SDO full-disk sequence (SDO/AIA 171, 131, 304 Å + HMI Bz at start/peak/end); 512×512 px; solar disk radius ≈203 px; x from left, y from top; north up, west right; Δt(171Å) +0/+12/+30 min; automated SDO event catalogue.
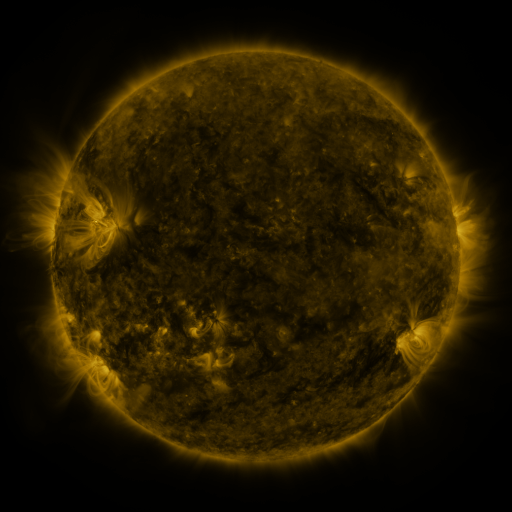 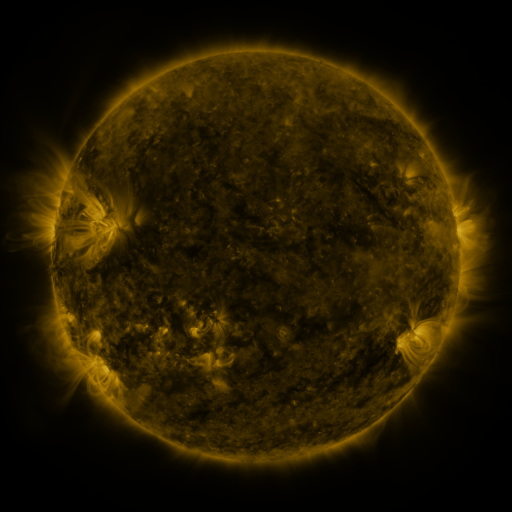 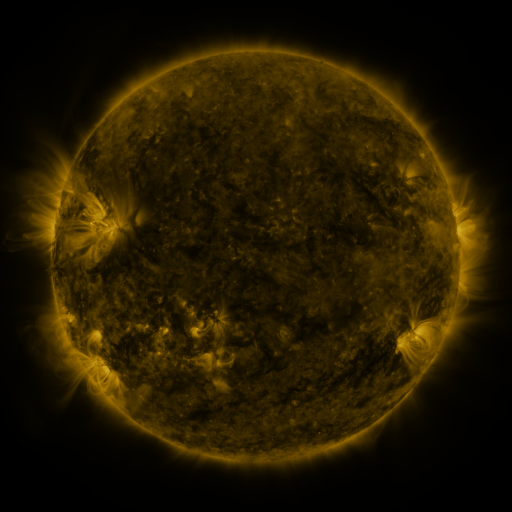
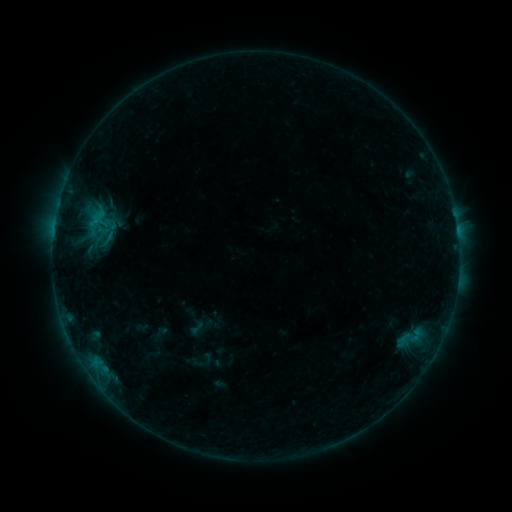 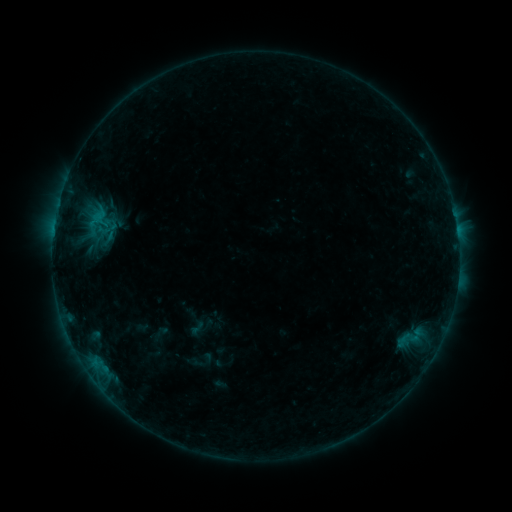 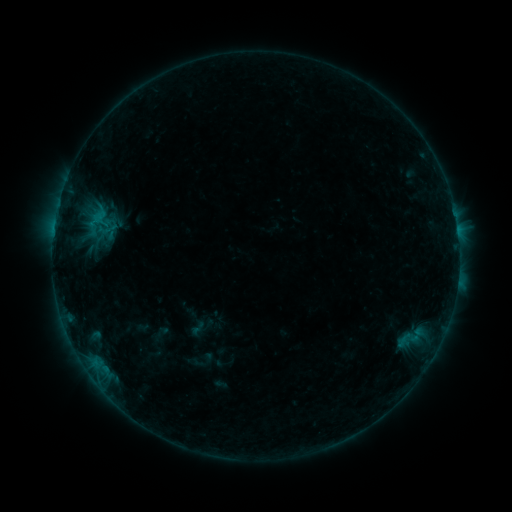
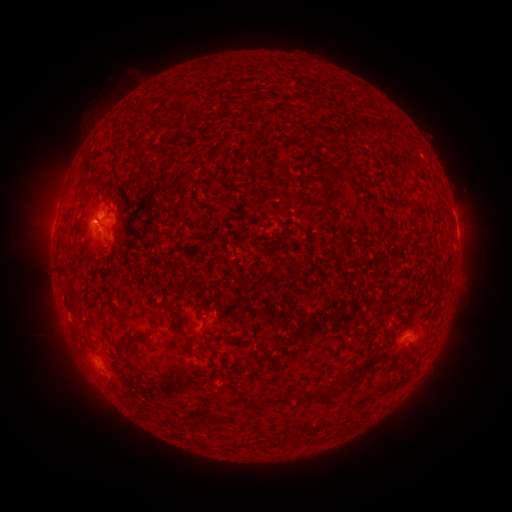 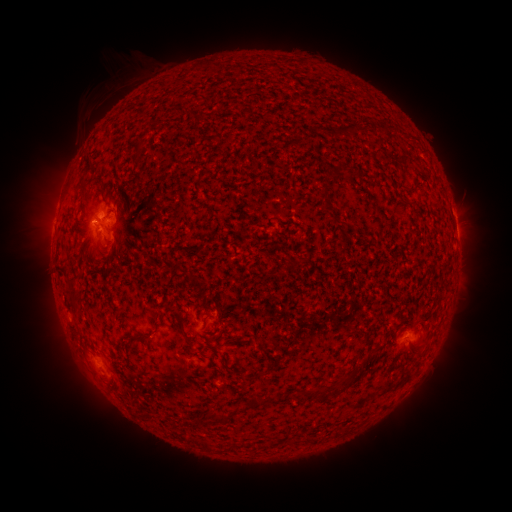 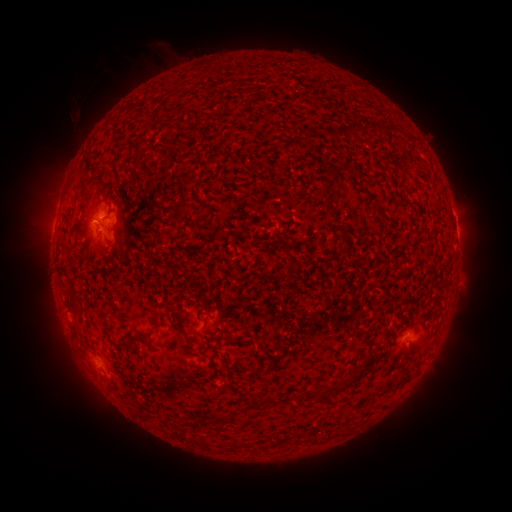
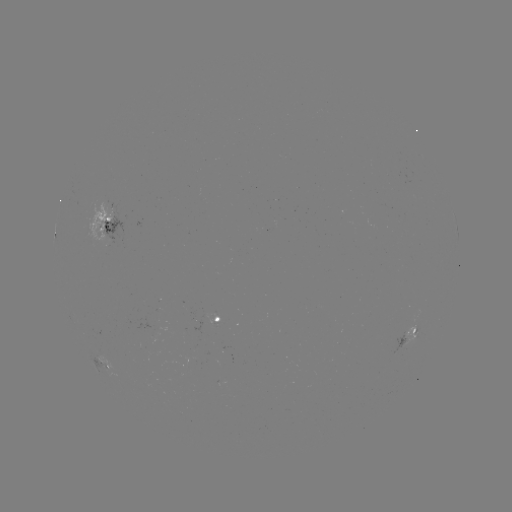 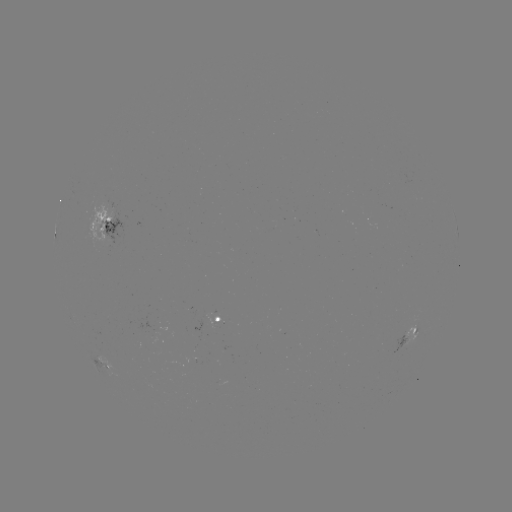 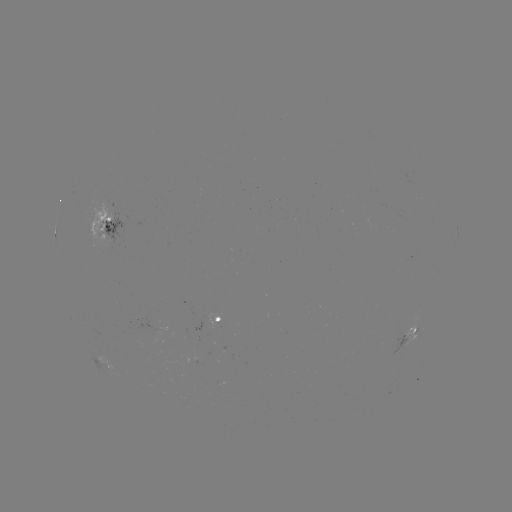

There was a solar eruption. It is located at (107, 96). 